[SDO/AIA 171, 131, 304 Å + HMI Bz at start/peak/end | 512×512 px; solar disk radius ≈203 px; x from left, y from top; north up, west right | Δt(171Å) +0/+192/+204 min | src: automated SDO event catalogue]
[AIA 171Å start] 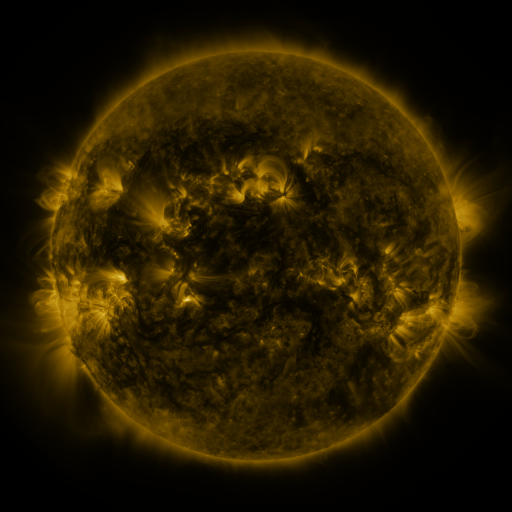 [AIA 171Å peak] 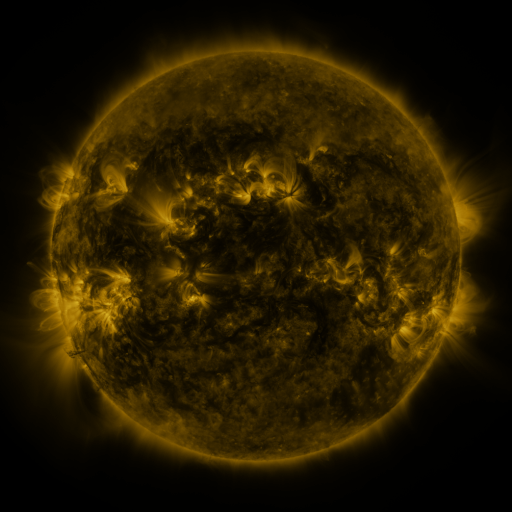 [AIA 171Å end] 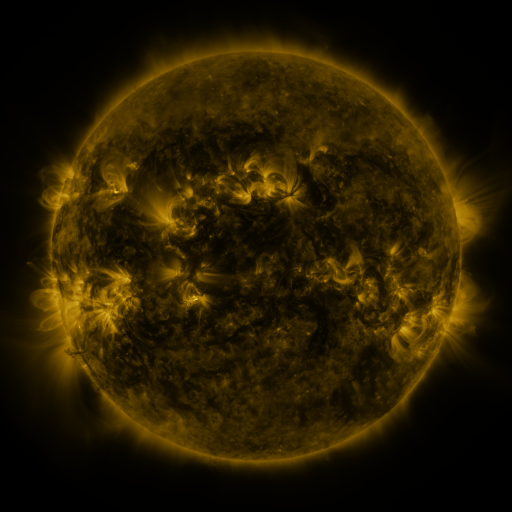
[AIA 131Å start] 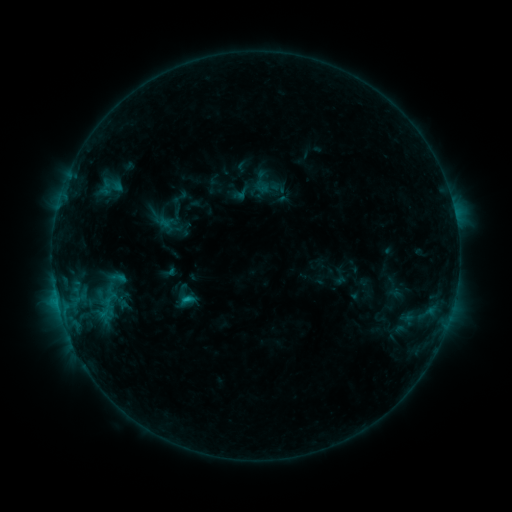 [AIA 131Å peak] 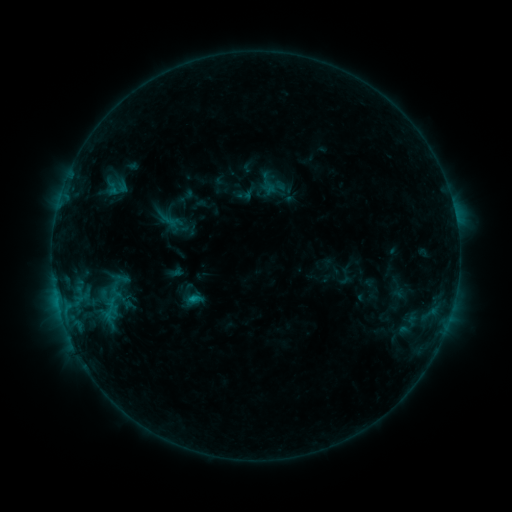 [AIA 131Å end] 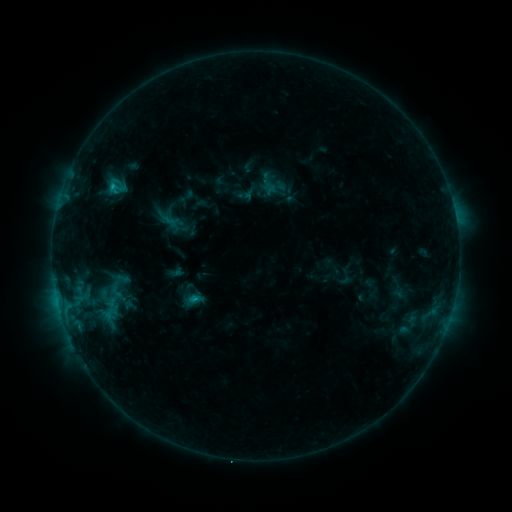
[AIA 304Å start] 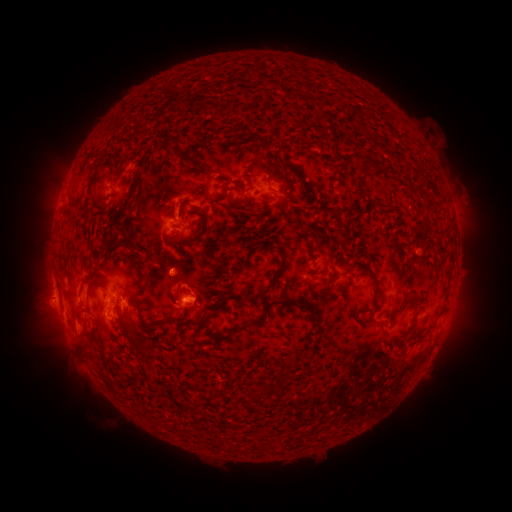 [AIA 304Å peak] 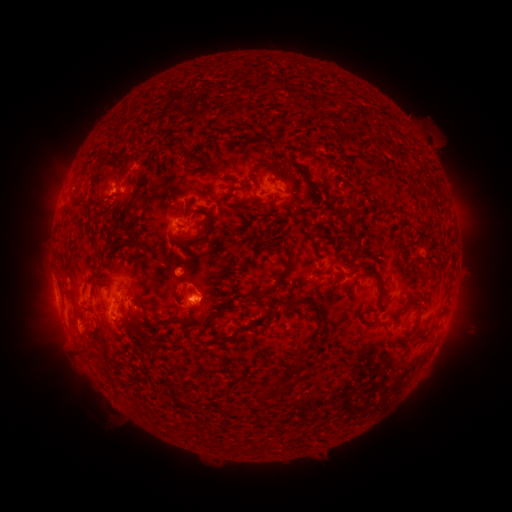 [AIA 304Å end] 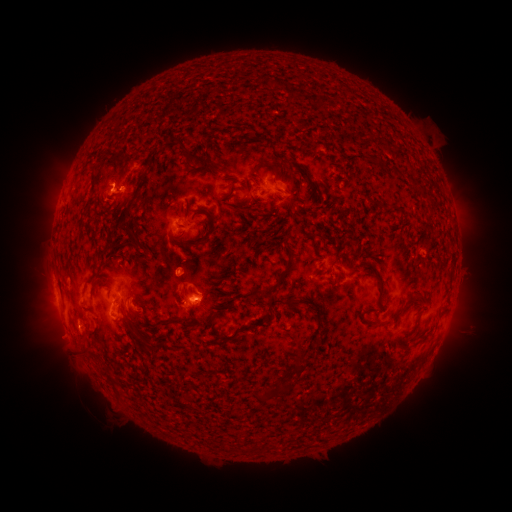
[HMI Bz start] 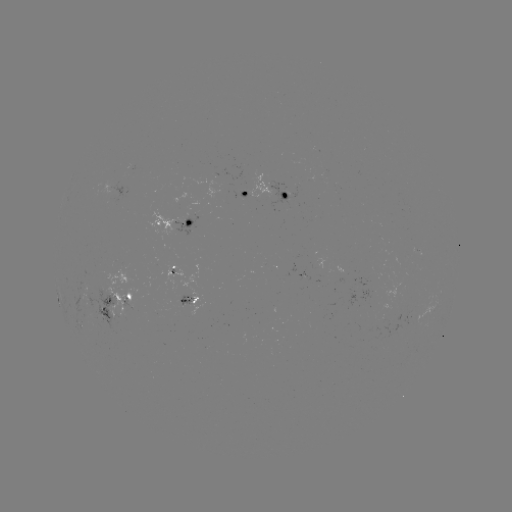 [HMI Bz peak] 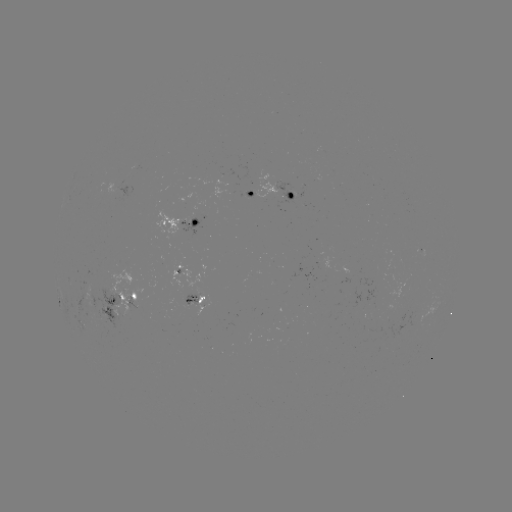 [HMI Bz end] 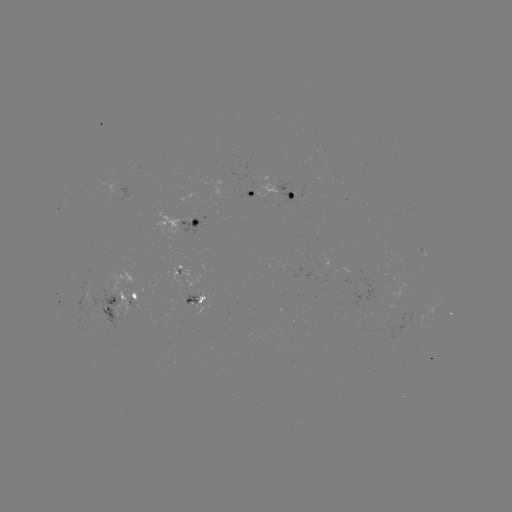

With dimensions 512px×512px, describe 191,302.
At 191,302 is emerging-flux region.